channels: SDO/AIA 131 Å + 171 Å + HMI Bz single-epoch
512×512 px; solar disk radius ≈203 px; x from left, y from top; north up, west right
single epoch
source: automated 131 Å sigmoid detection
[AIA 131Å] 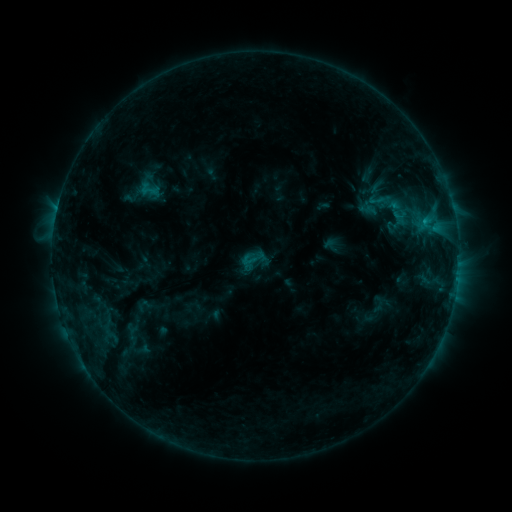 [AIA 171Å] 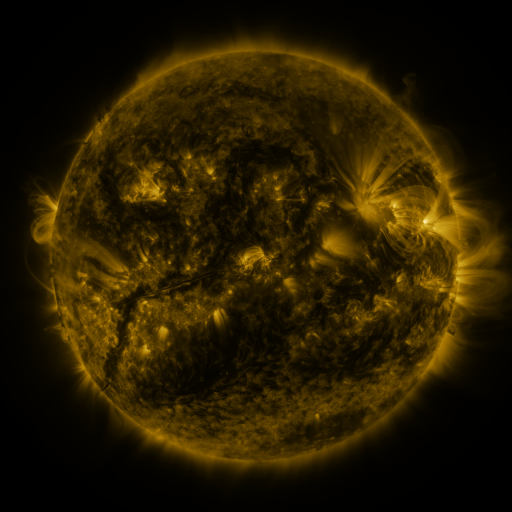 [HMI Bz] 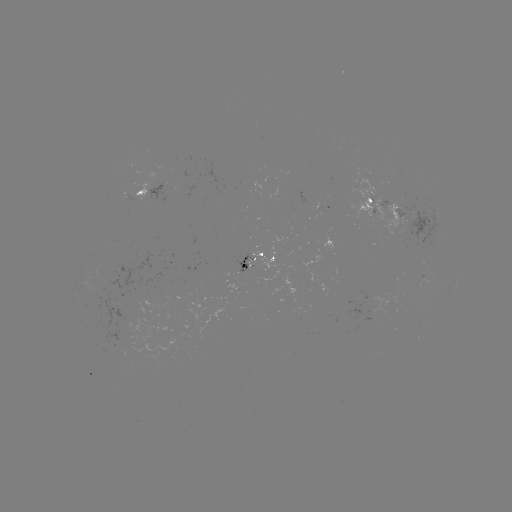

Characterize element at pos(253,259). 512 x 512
sigmoid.